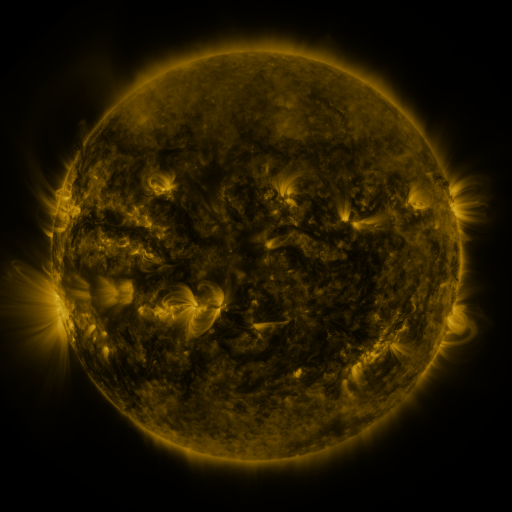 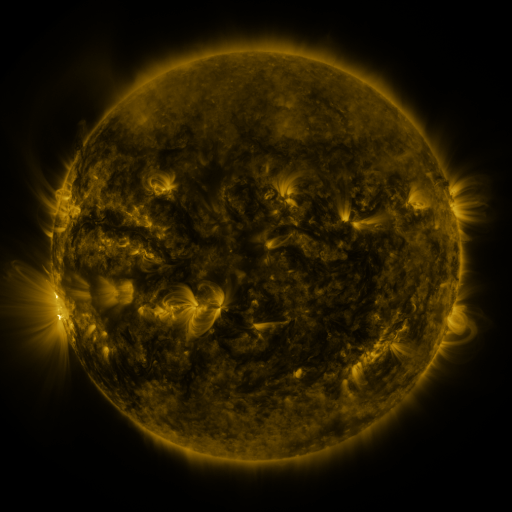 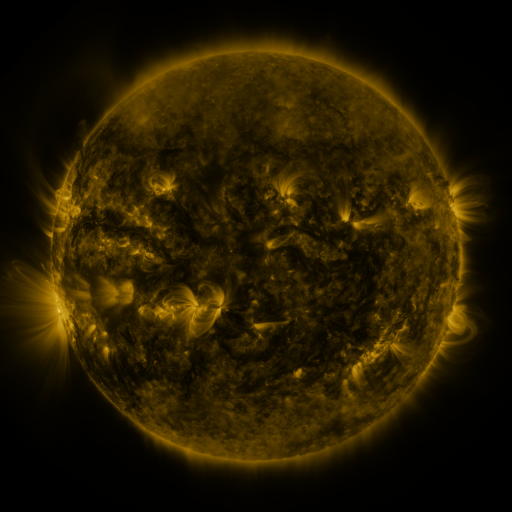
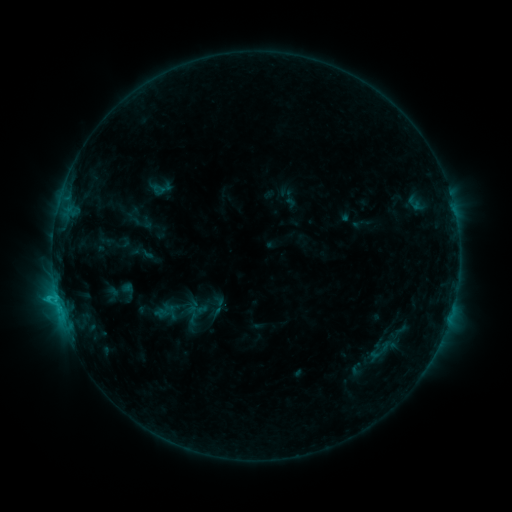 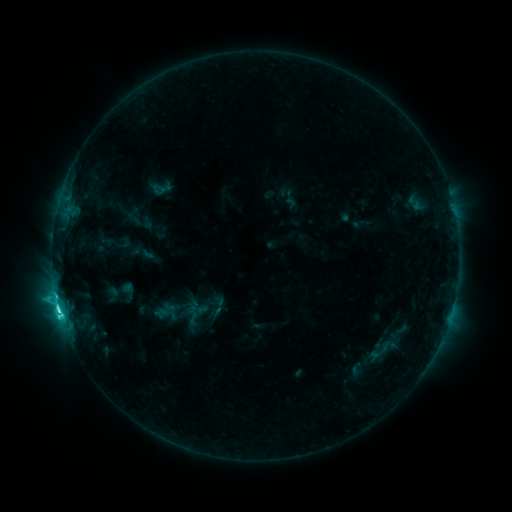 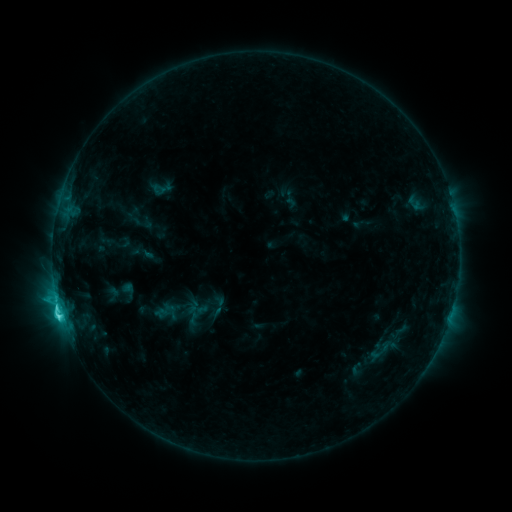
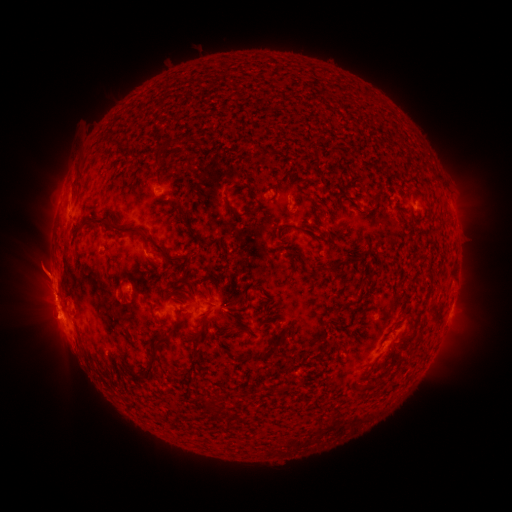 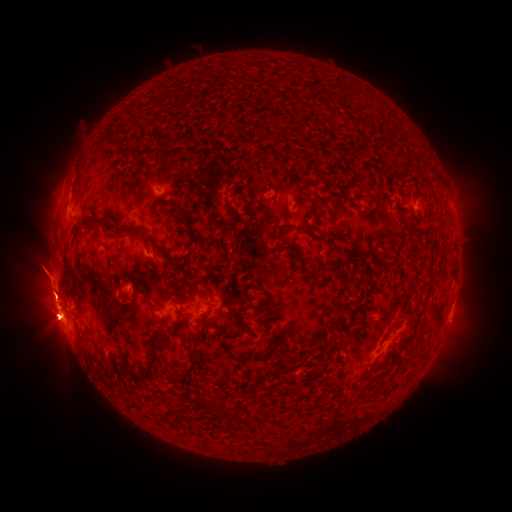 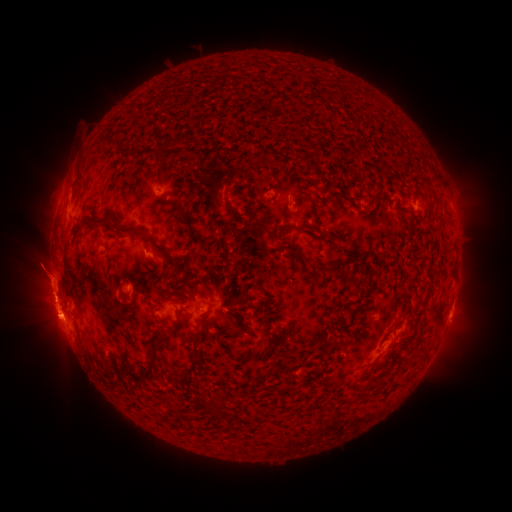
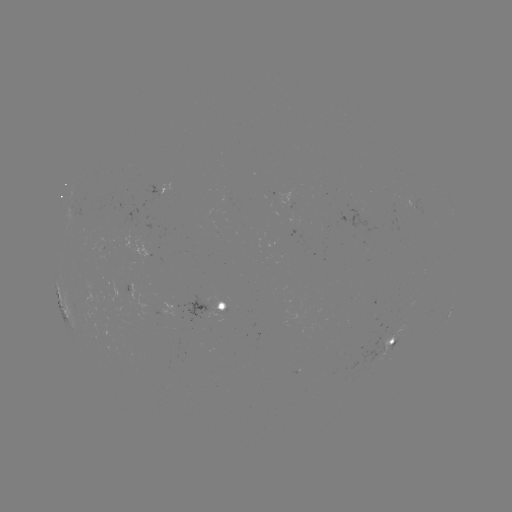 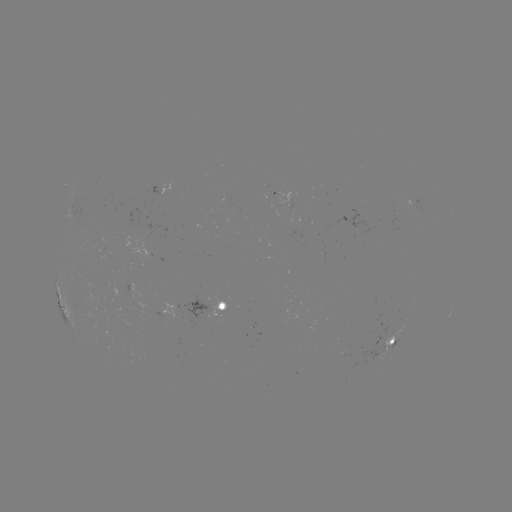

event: flare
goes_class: C6.6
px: (59, 309)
